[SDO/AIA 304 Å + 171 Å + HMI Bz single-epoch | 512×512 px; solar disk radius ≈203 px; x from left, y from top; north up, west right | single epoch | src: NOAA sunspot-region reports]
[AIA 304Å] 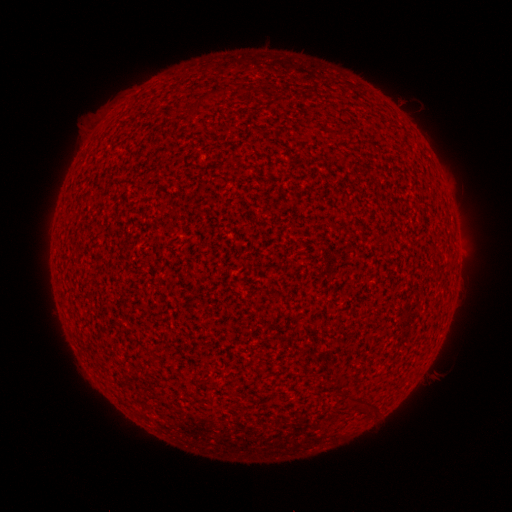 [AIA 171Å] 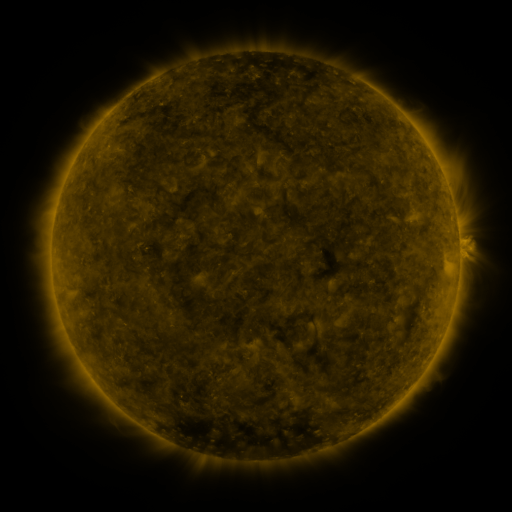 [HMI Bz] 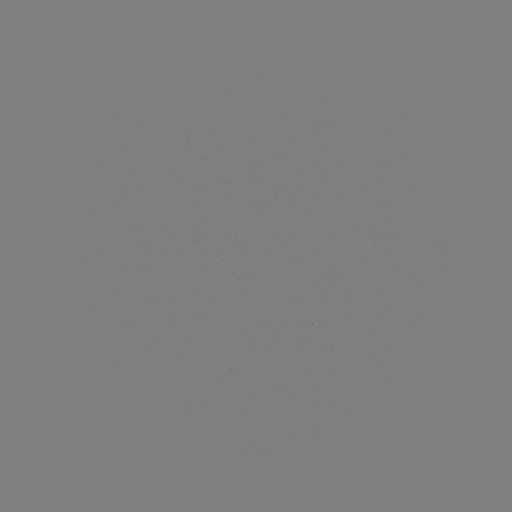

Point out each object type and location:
(none)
